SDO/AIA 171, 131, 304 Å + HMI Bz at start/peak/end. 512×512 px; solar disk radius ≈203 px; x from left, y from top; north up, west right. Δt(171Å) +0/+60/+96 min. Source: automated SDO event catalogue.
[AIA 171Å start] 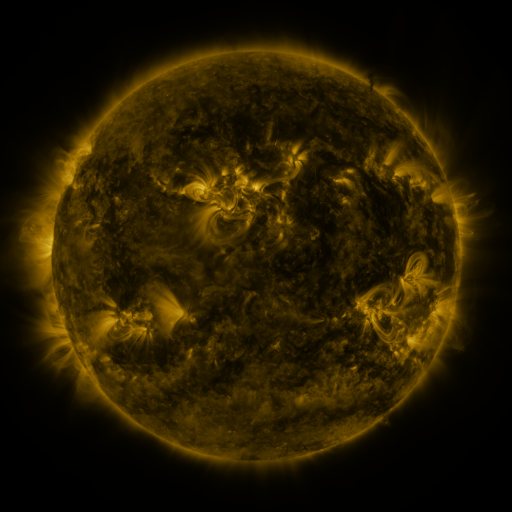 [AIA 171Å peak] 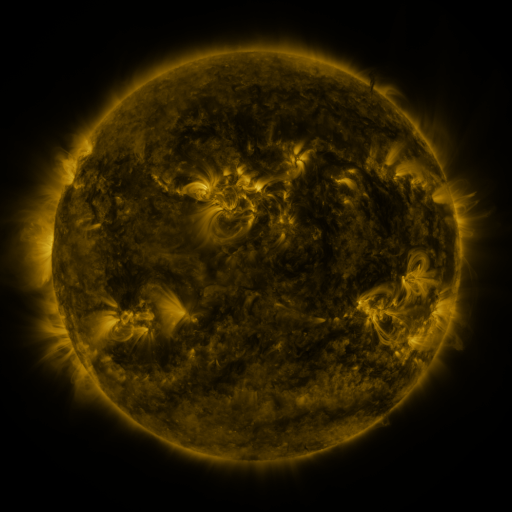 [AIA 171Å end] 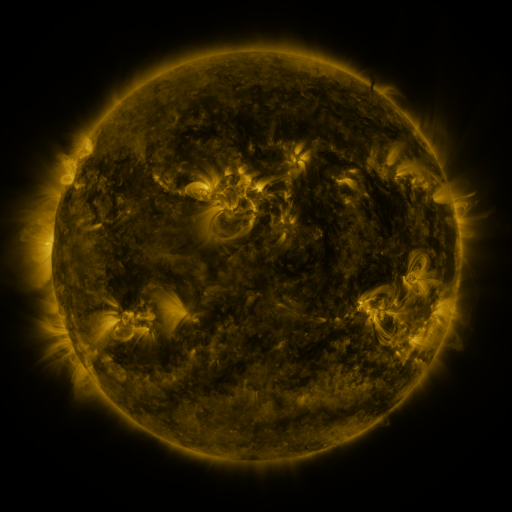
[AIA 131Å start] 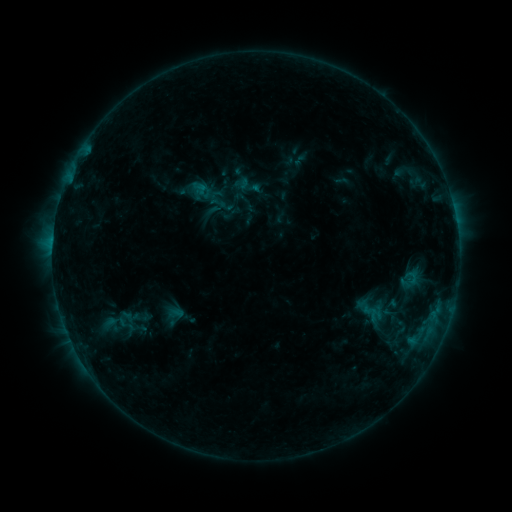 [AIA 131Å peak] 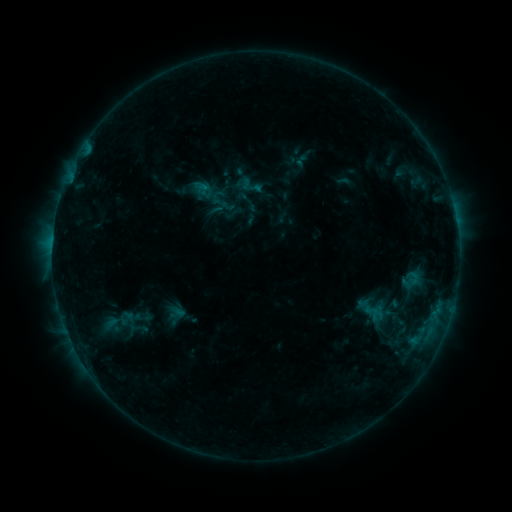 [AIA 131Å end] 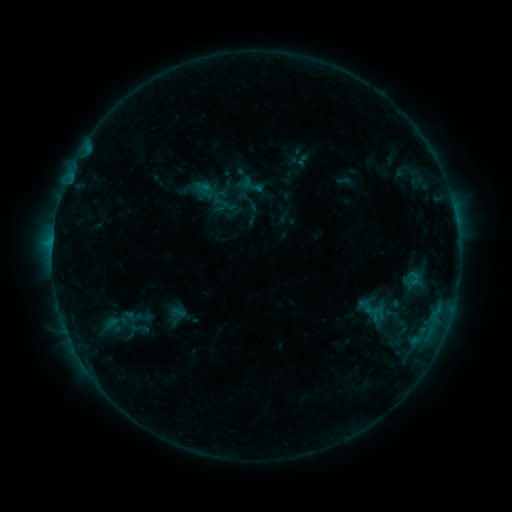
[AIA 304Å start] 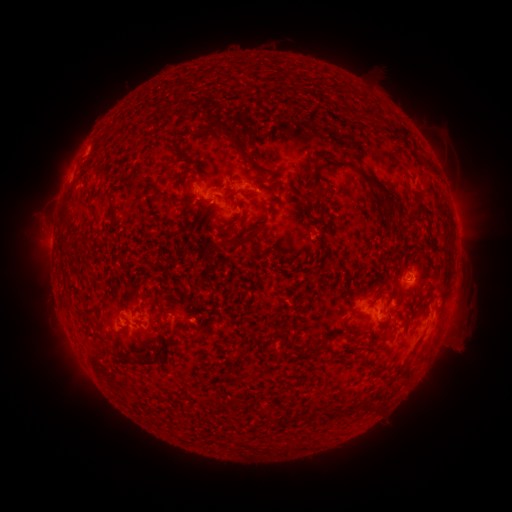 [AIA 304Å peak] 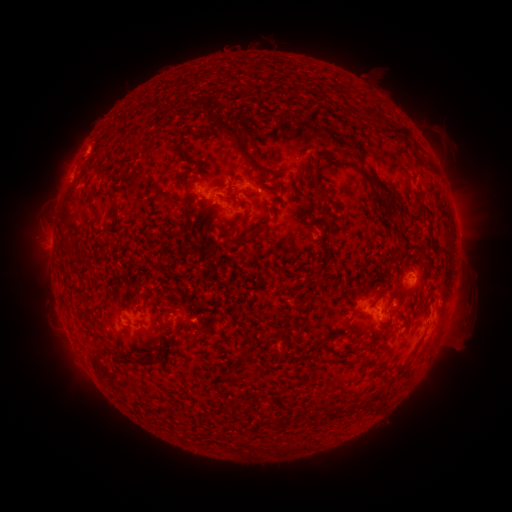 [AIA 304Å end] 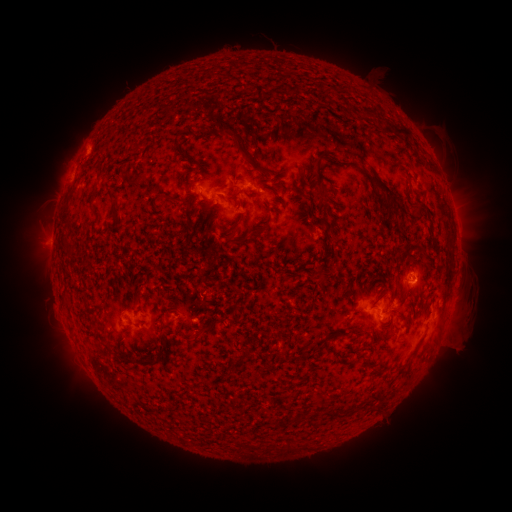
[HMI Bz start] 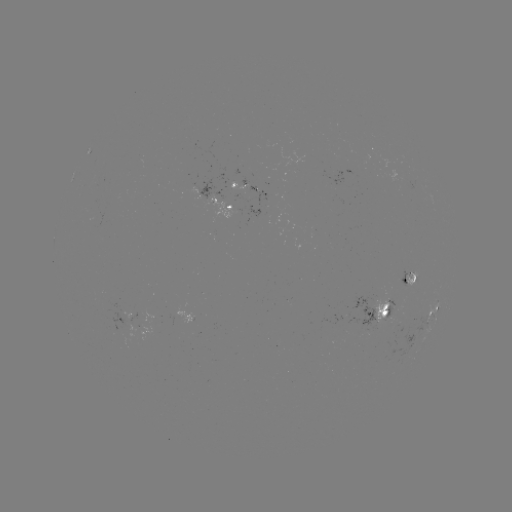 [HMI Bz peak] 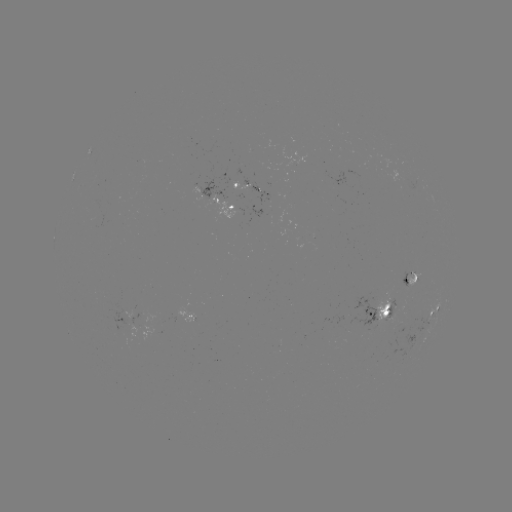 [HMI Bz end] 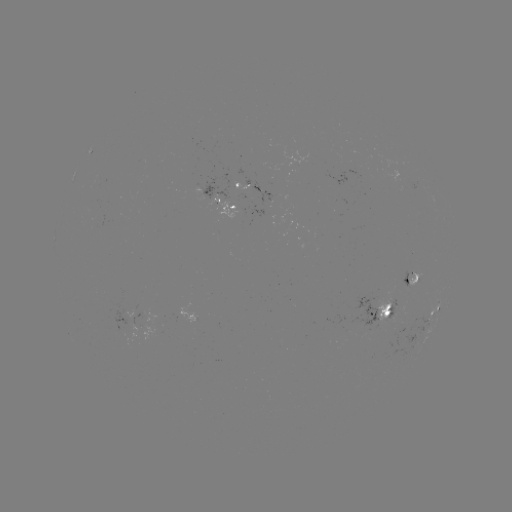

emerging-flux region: [332, 211, 342, 216]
